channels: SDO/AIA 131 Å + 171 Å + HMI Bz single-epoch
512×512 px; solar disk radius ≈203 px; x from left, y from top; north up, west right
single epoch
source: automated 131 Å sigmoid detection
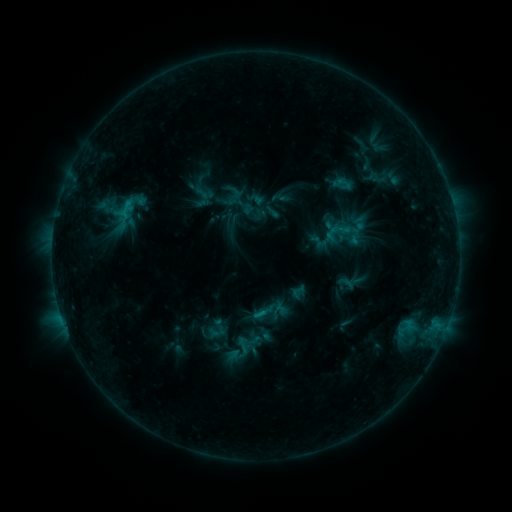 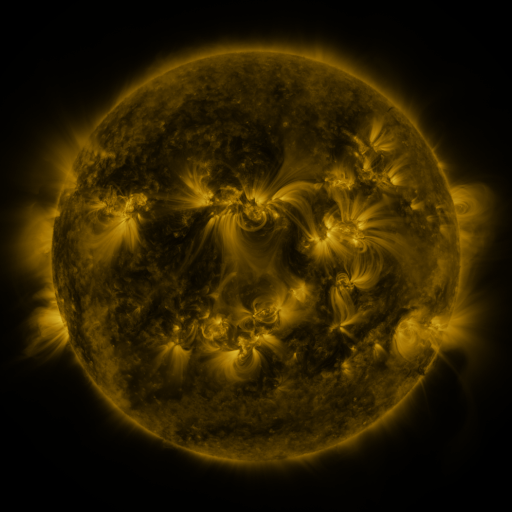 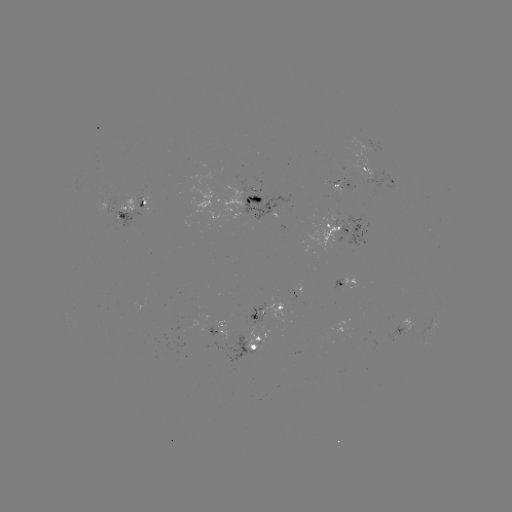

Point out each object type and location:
sigmoid: (344, 183)
sigmoid: (243, 345)
